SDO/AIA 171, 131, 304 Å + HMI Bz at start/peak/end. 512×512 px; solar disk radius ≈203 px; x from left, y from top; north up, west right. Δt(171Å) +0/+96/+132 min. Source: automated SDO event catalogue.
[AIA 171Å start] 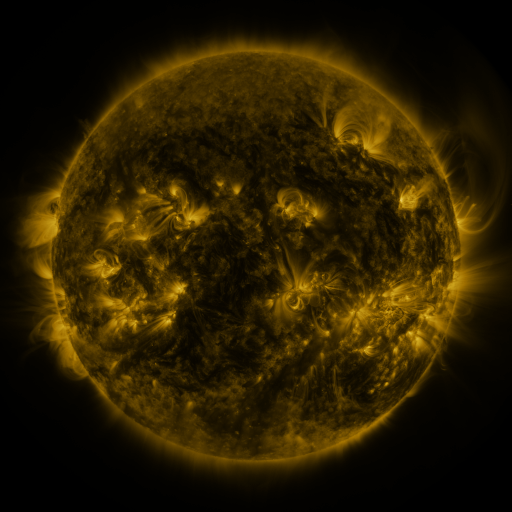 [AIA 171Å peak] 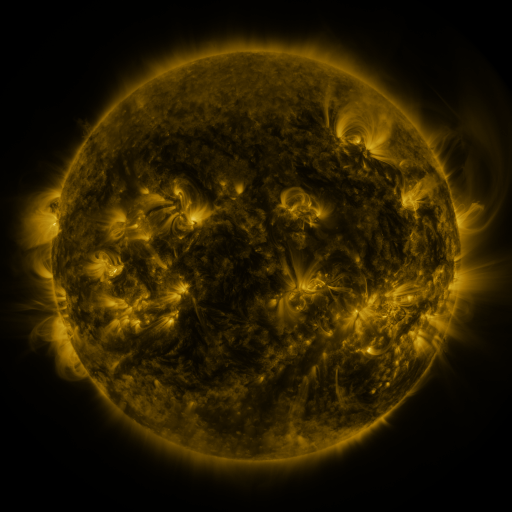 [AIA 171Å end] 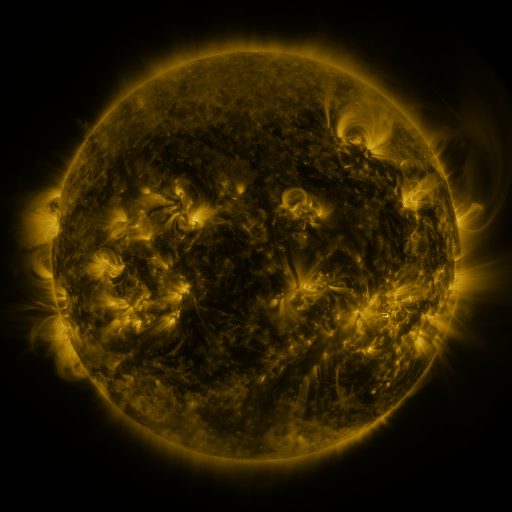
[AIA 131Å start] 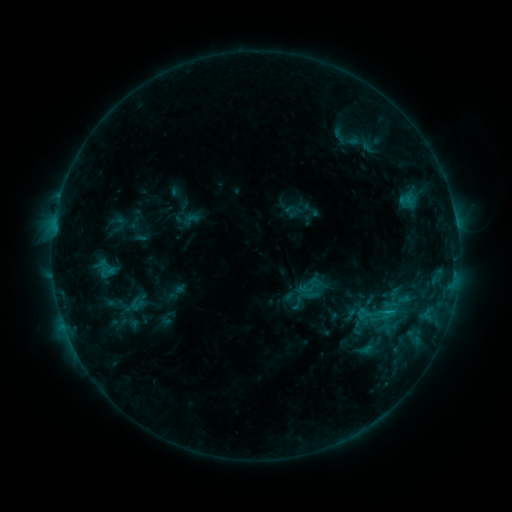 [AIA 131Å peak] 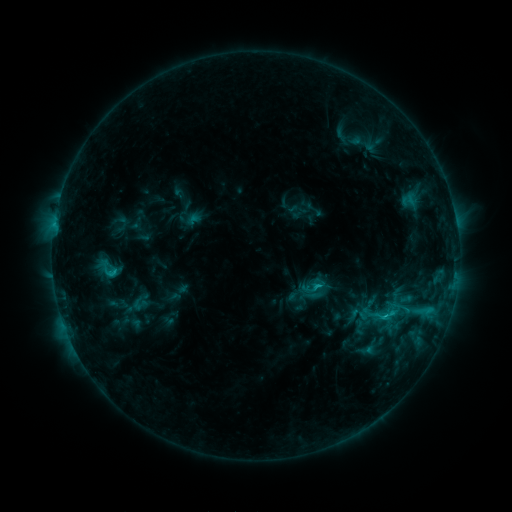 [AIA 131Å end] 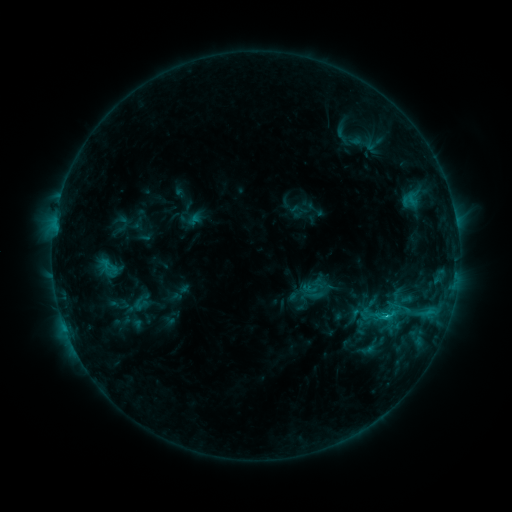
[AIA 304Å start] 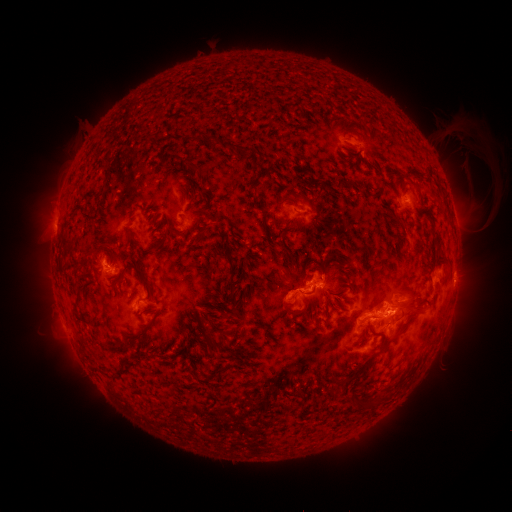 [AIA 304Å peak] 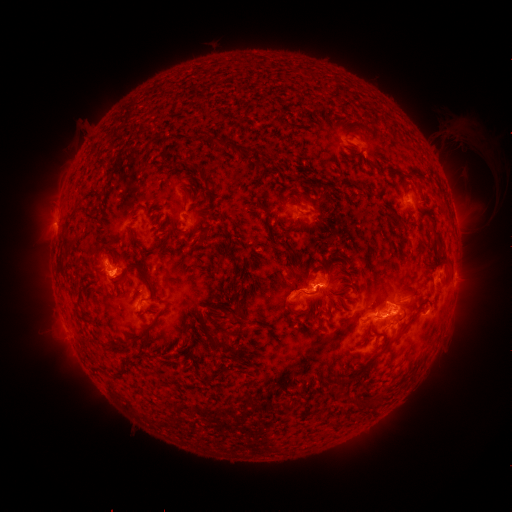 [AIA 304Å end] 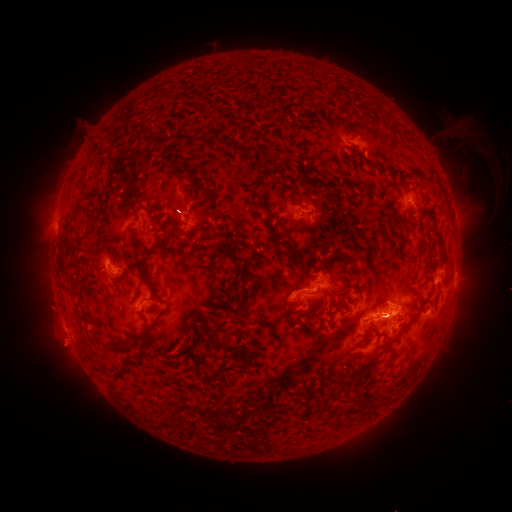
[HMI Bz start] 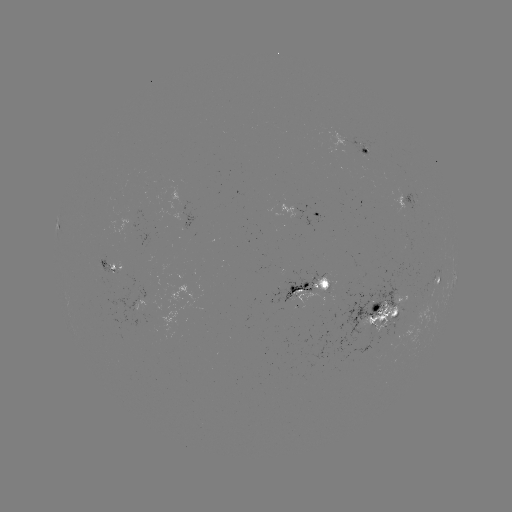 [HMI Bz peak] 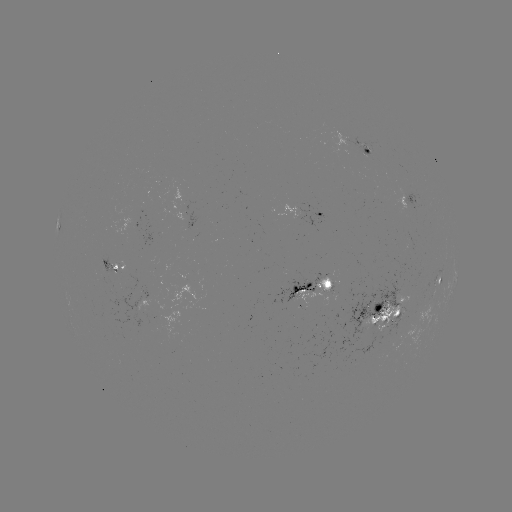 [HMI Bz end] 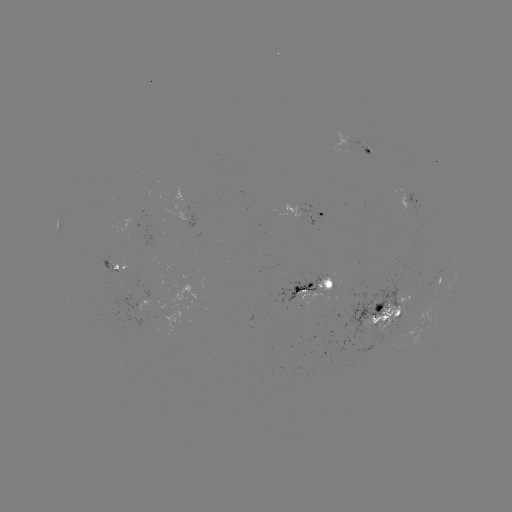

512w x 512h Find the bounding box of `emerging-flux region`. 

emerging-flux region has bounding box [104, 211, 152, 244].